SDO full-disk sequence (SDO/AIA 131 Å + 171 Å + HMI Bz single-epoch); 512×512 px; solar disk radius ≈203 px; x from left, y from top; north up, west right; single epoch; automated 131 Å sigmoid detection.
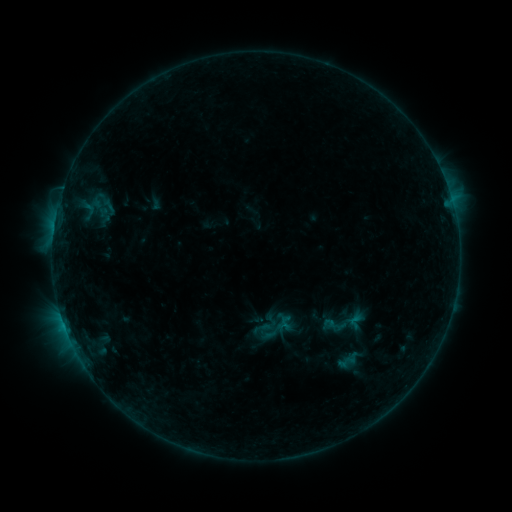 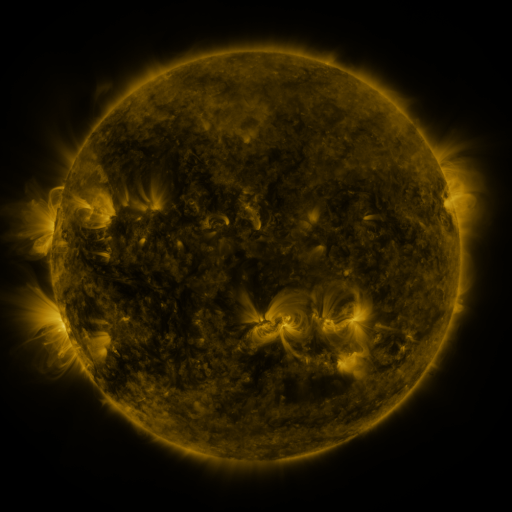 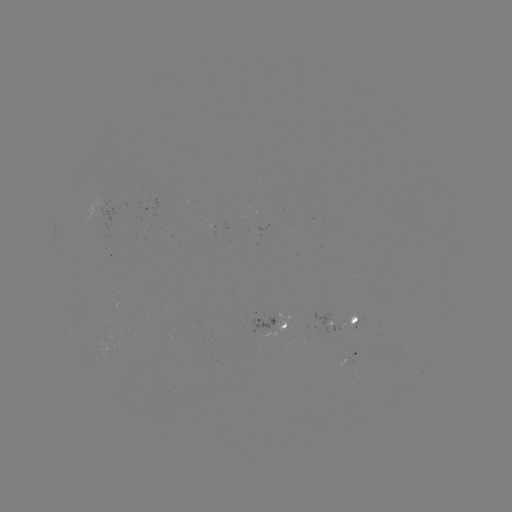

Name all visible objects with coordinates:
sigmoid: (335, 325)
sigmoid: (346, 362)
